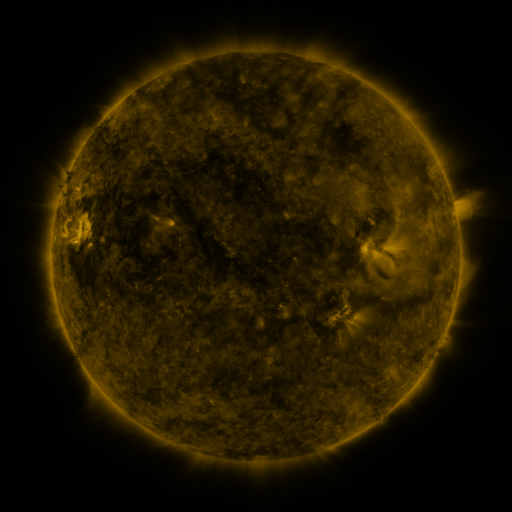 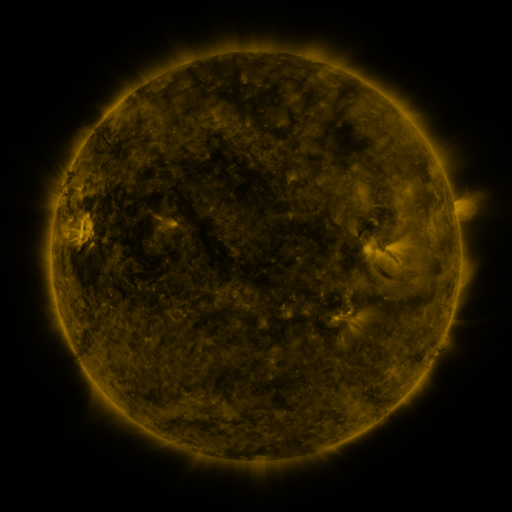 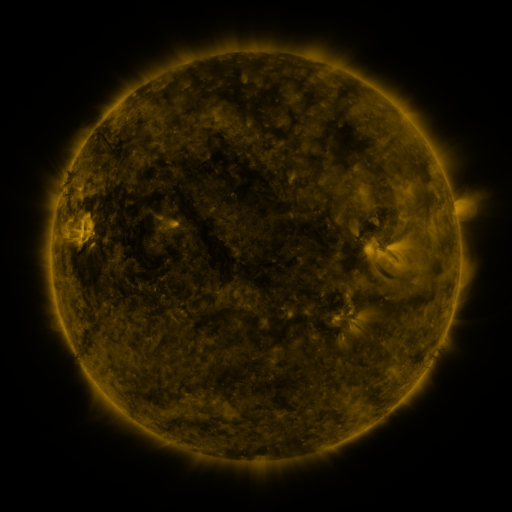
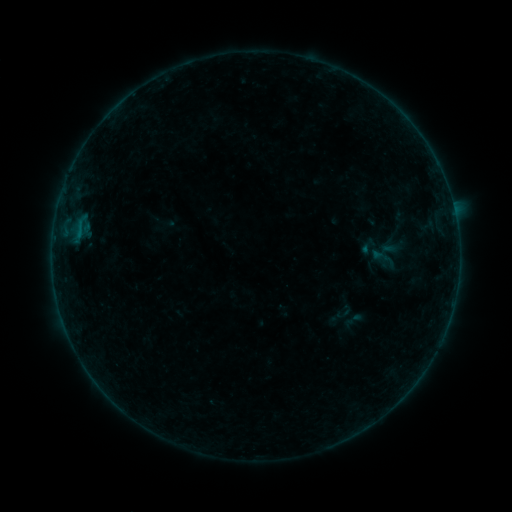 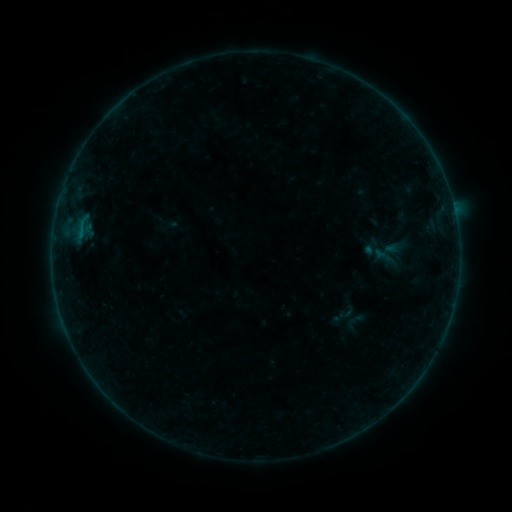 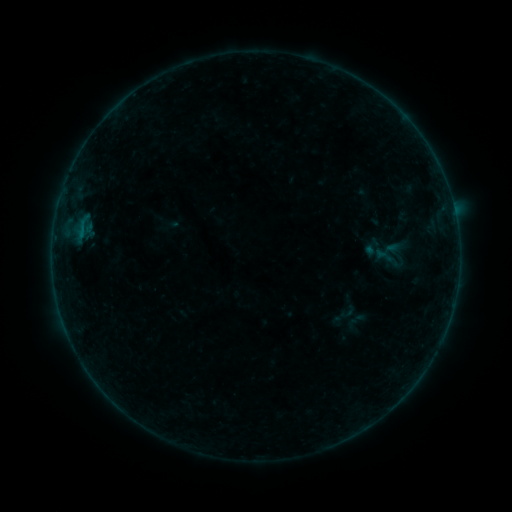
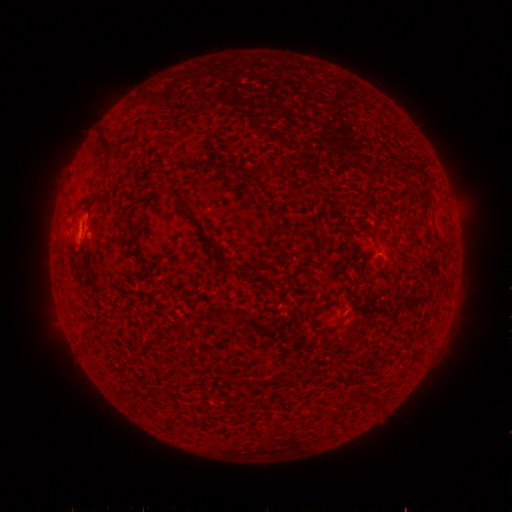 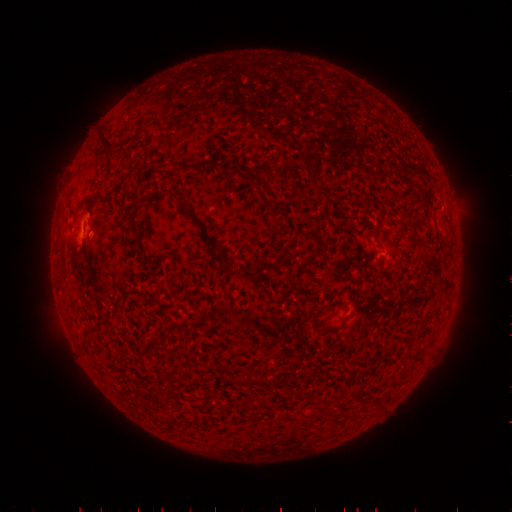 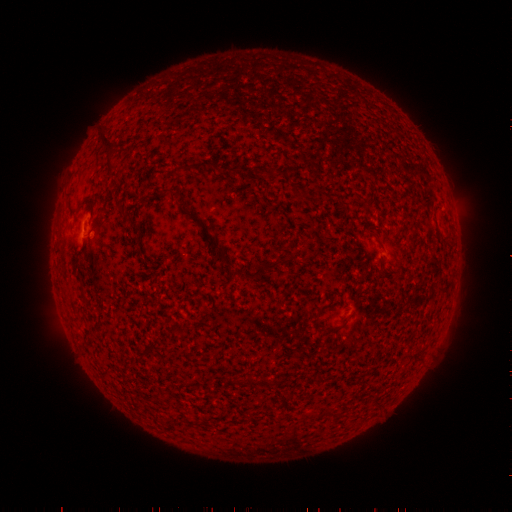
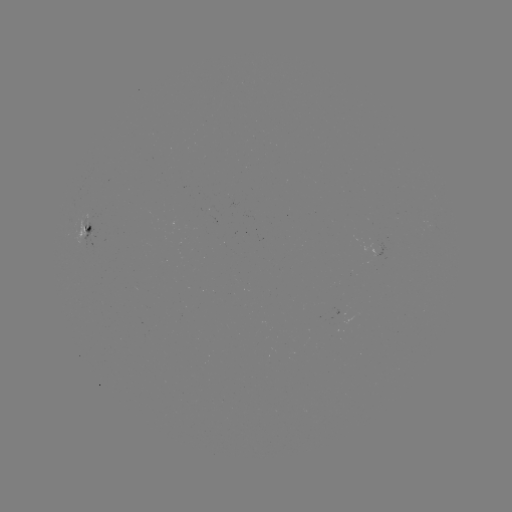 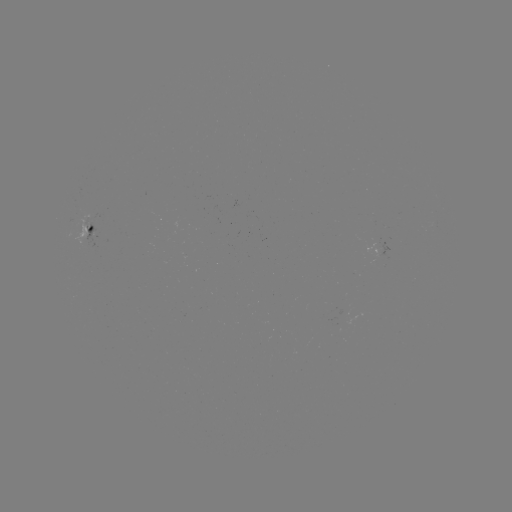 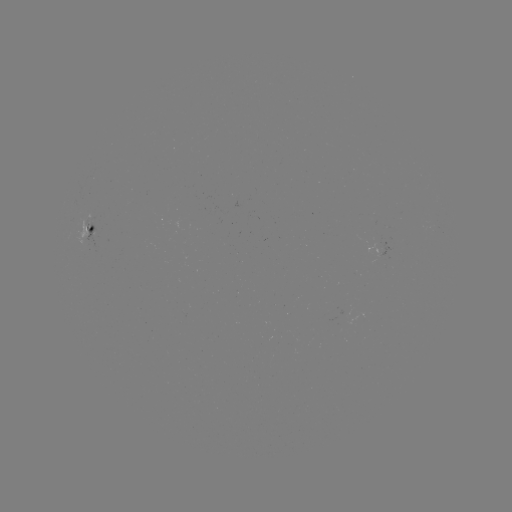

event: emerging-flux region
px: (376, 244)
